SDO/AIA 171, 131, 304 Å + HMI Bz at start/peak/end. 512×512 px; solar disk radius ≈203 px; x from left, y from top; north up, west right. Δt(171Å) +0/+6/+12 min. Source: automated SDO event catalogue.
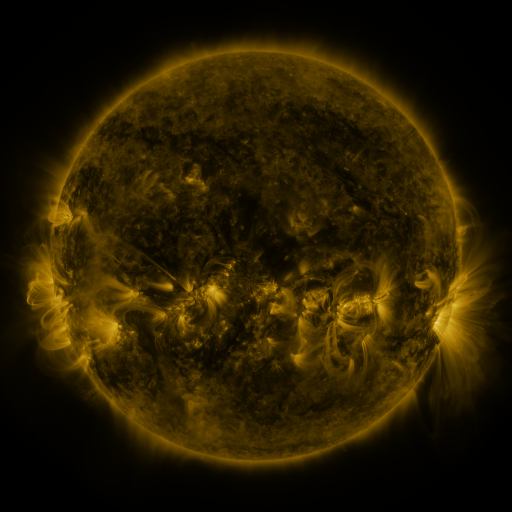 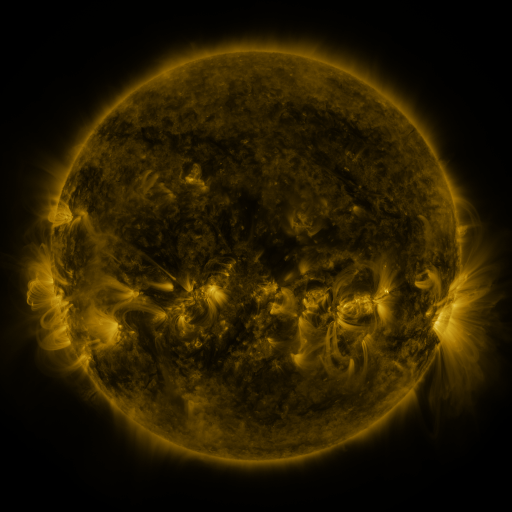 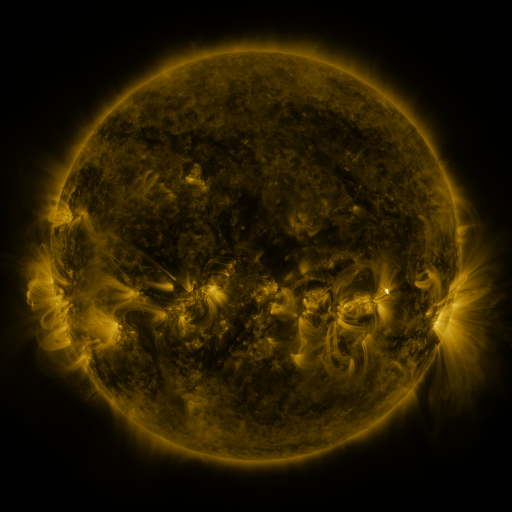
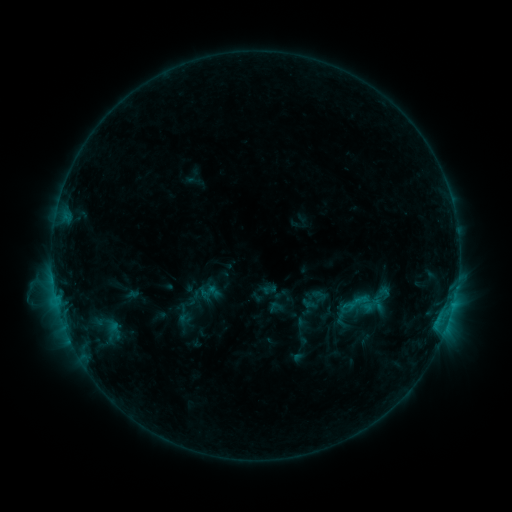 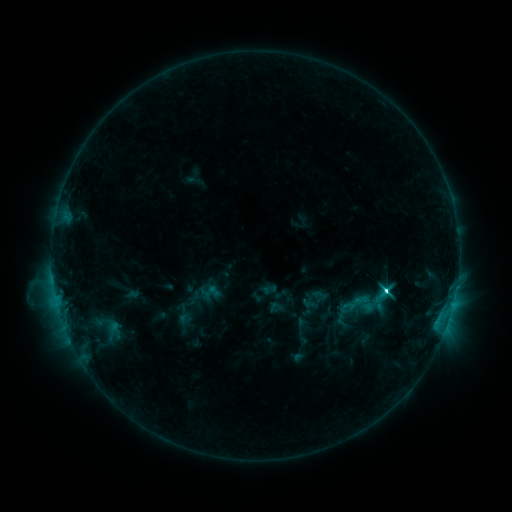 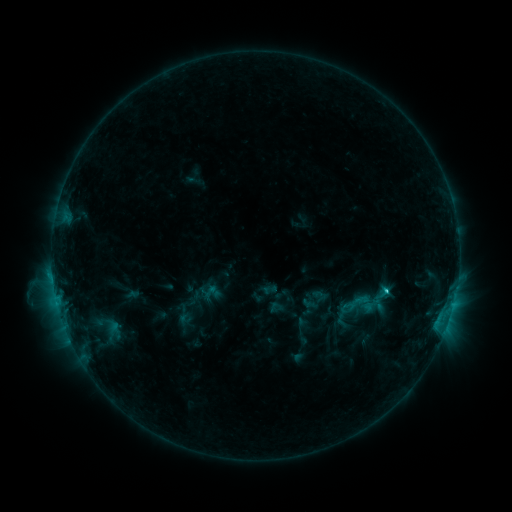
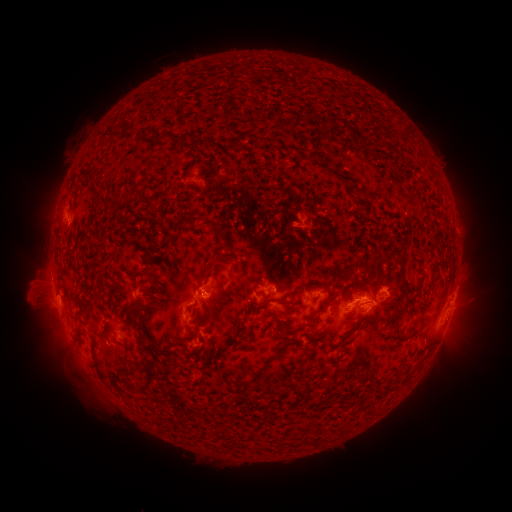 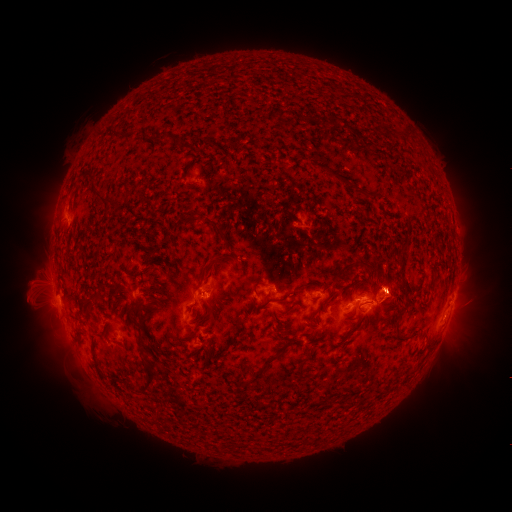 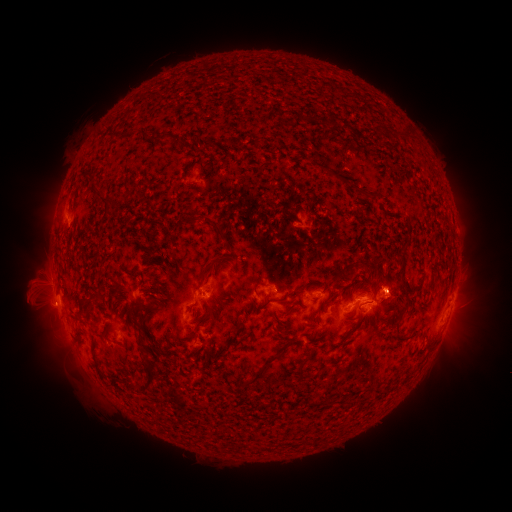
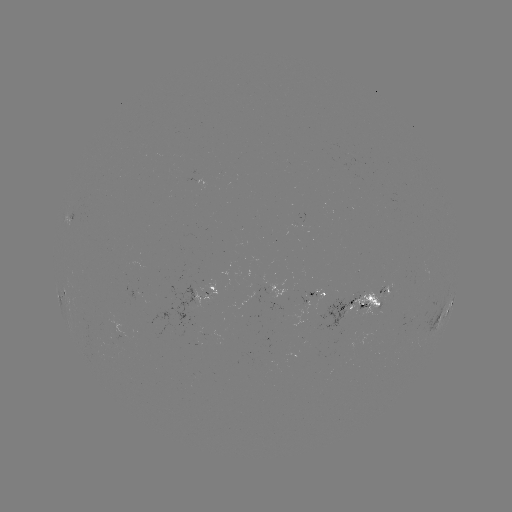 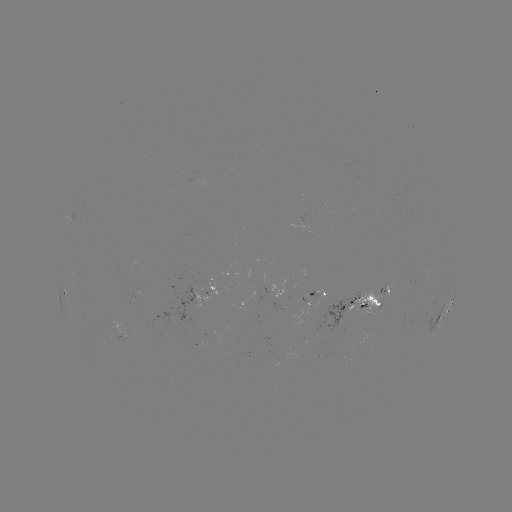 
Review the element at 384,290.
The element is C4.0 flare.